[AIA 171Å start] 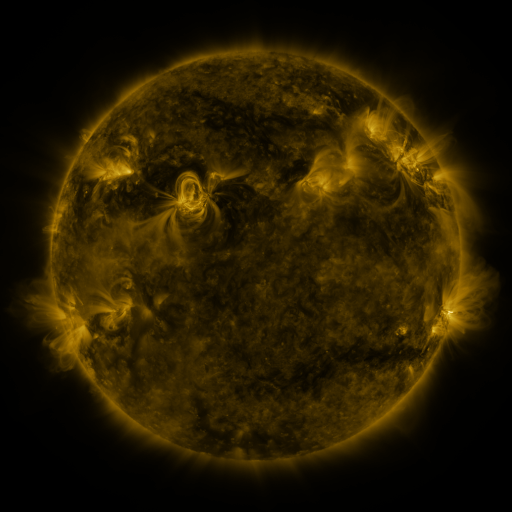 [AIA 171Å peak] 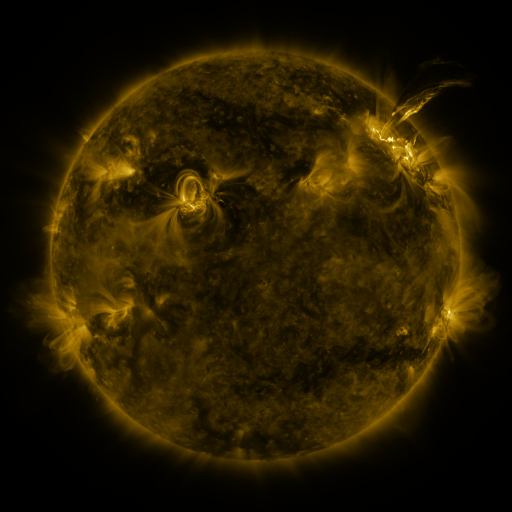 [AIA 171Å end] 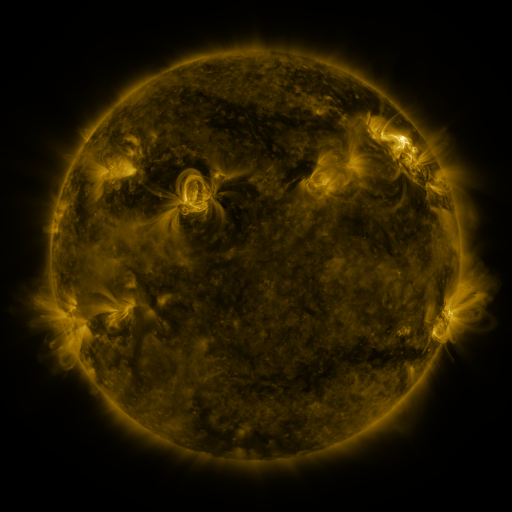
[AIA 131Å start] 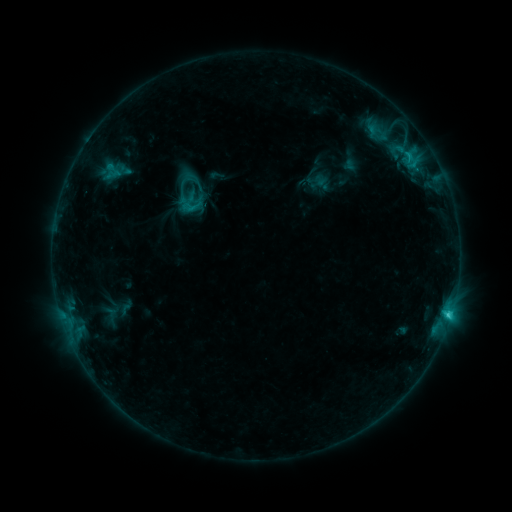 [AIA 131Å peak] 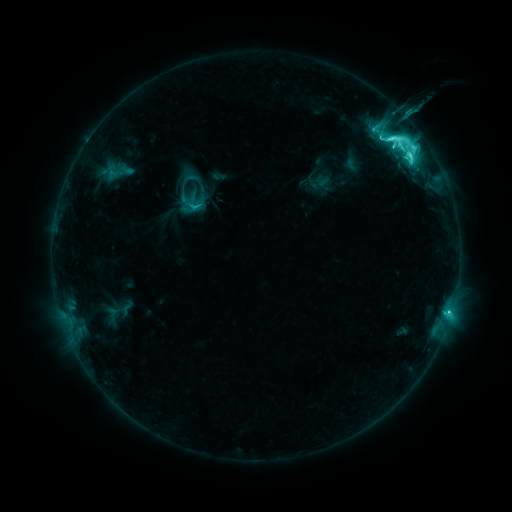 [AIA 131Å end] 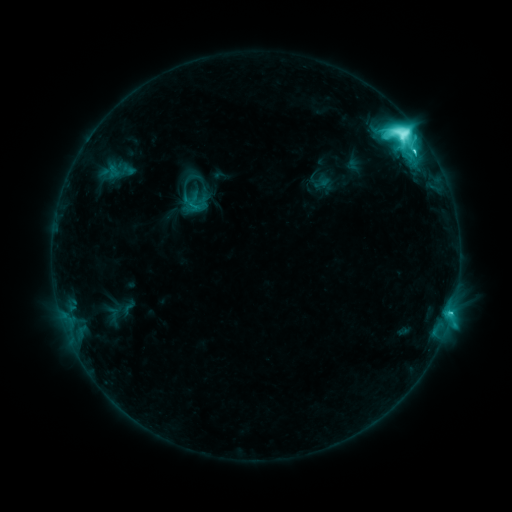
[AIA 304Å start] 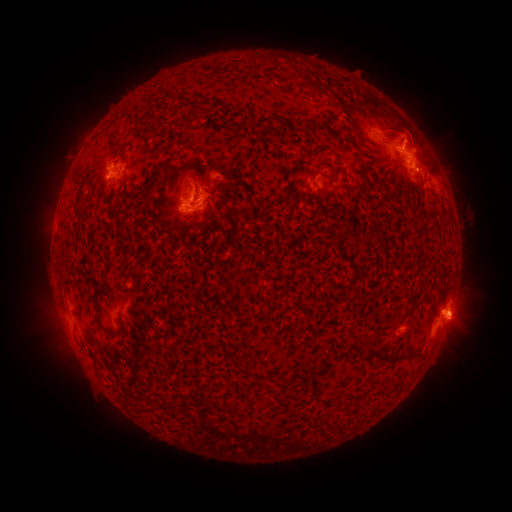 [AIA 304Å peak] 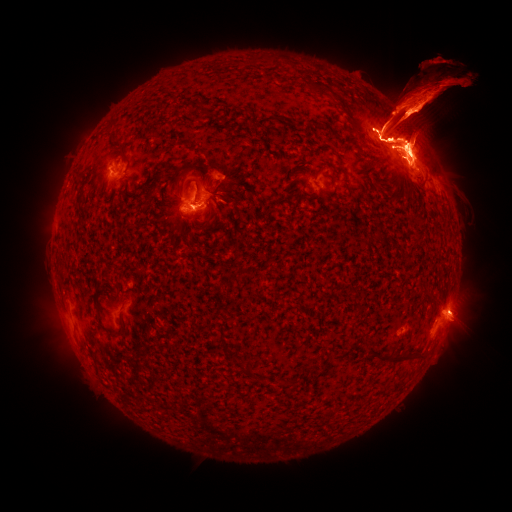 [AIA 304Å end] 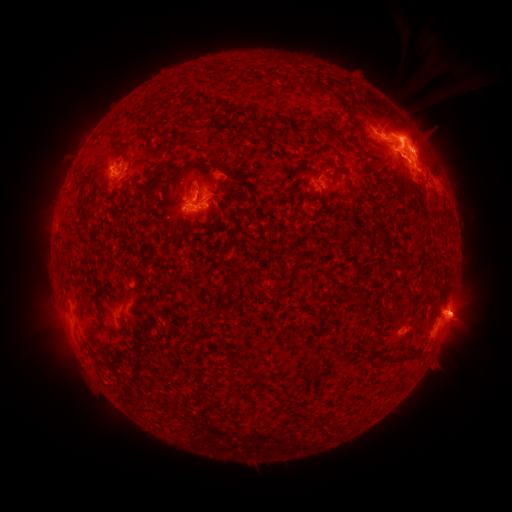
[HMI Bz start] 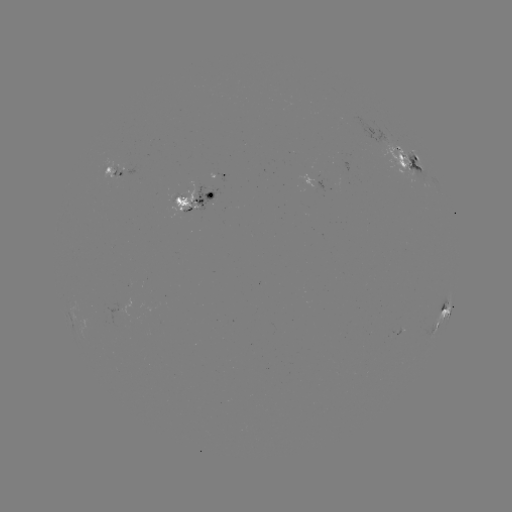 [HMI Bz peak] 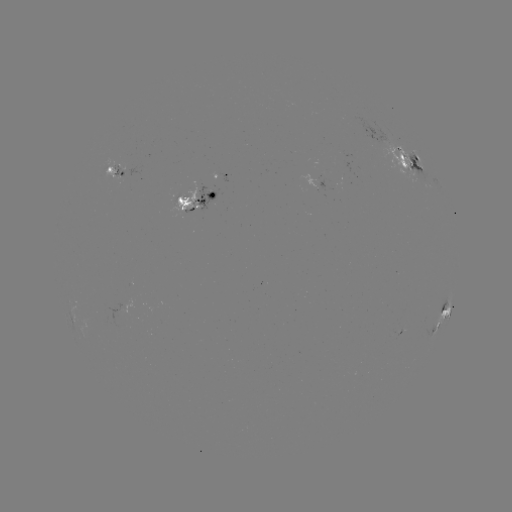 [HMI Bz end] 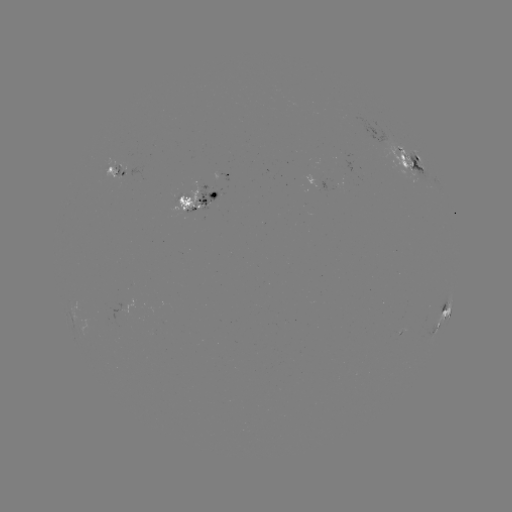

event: filament eruption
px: (426, 108)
